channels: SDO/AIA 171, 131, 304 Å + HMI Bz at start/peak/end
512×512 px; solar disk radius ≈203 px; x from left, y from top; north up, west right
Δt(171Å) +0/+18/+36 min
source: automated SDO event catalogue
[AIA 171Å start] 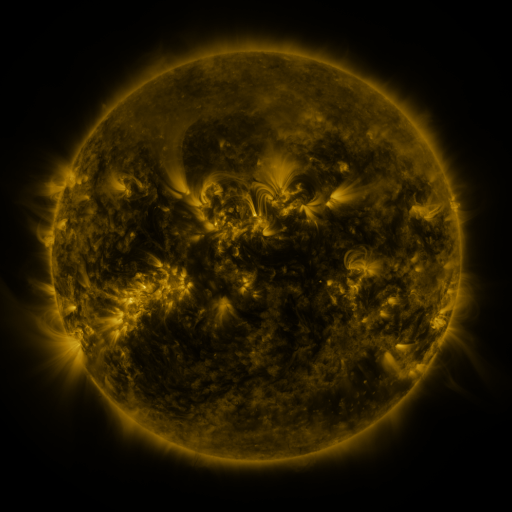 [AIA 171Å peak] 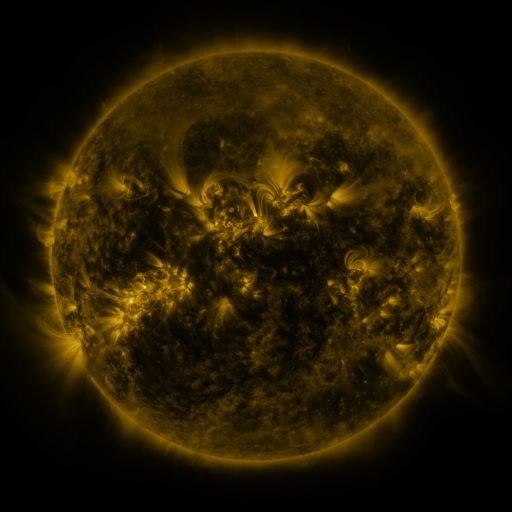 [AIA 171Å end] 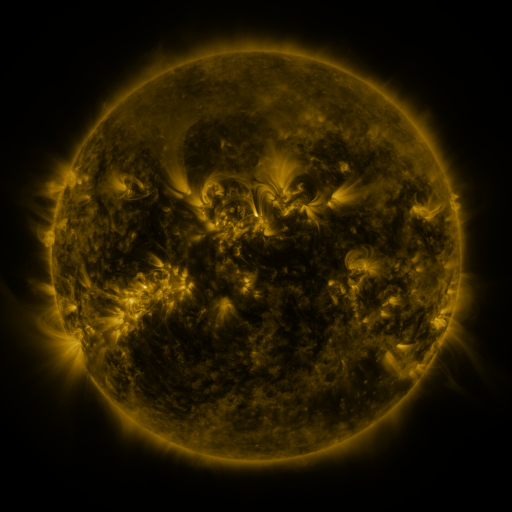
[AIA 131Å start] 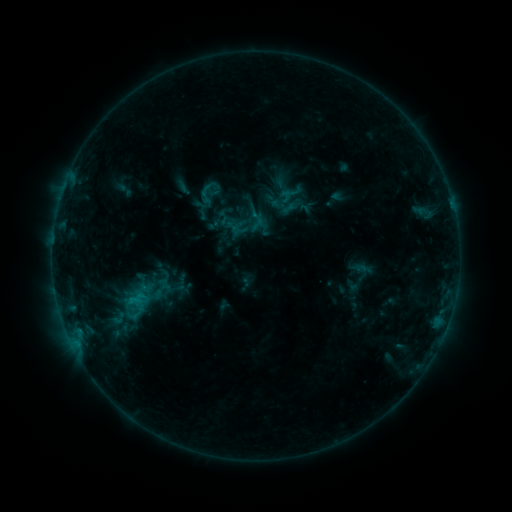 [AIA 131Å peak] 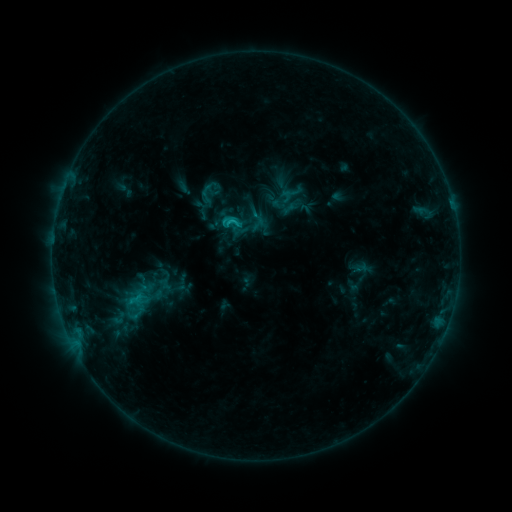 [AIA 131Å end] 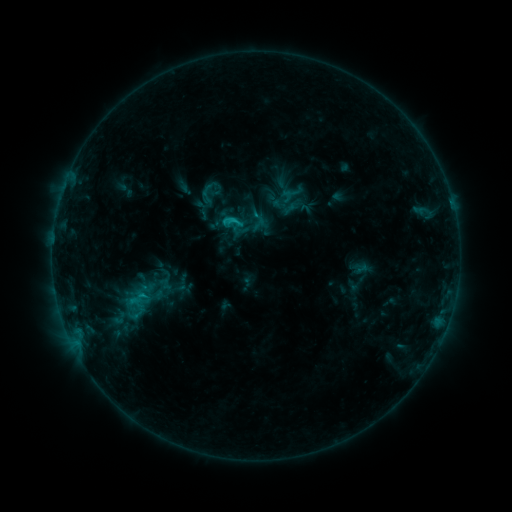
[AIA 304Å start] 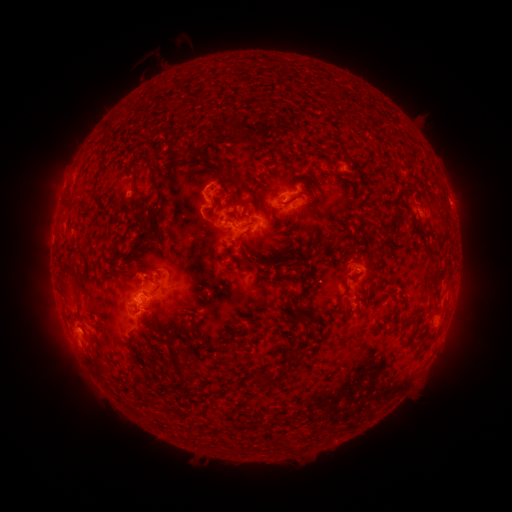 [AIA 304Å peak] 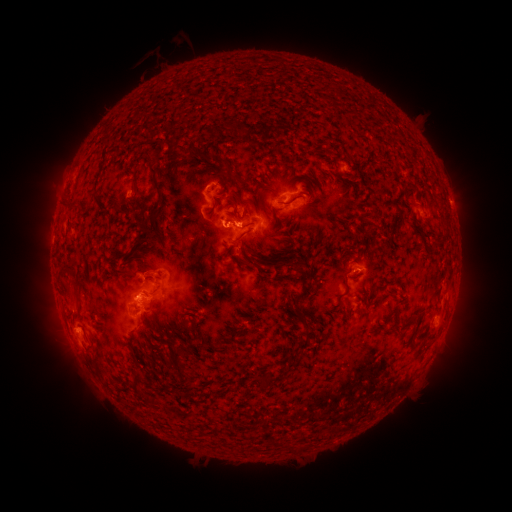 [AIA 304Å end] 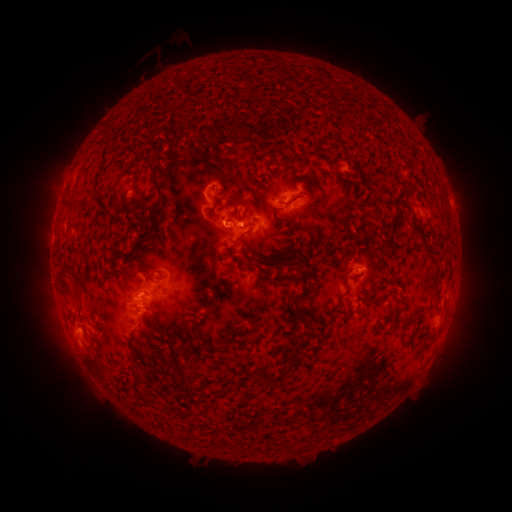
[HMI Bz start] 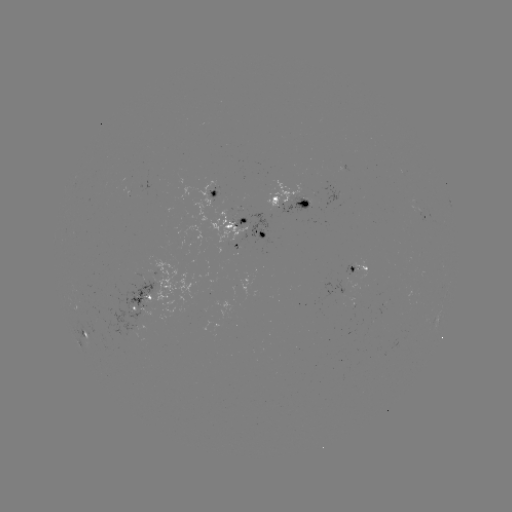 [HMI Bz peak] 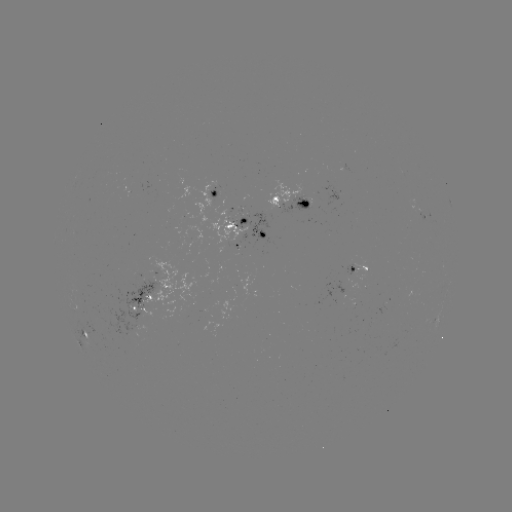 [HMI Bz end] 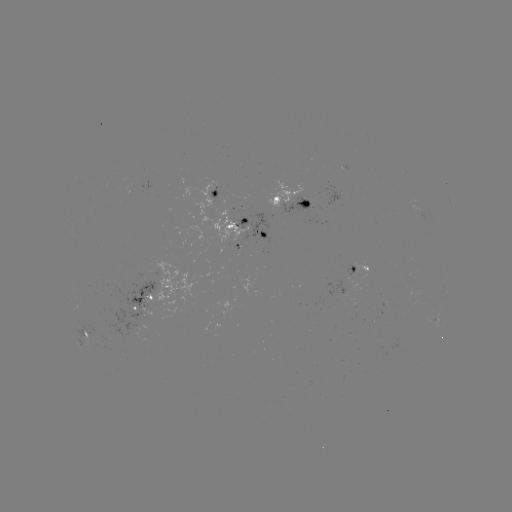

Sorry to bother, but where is C1.8 flare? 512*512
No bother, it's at [231, 224].